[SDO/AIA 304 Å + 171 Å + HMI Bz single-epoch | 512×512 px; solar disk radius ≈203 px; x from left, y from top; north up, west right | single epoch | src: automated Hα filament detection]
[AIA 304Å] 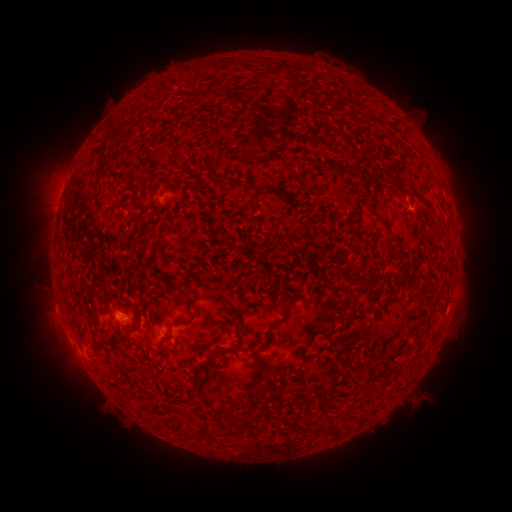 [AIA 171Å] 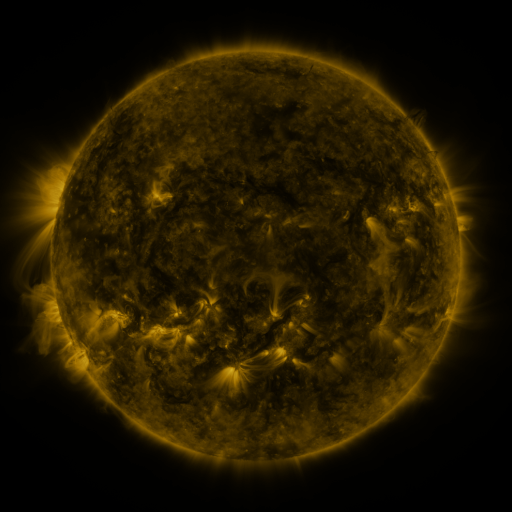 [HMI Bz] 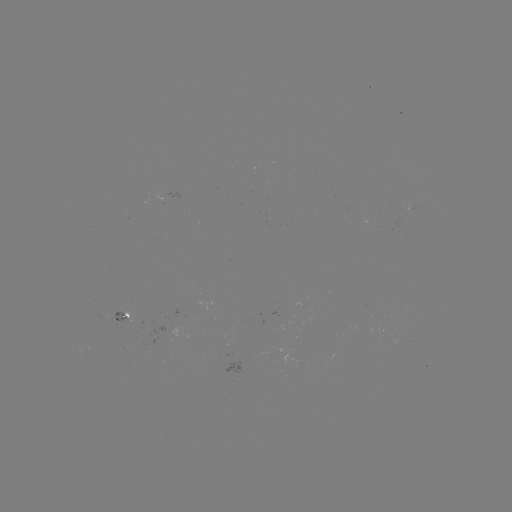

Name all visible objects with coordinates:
filament: (225, 67)
filament: (280, 68)
filament: (204, 69)
filament: (301, 74)
filament: (111, 132)
filament: (336, 166)
filament: (381, 180)
filament: (244, 183)
filament: (421, 195)
filament: (357, 212)
filament: (378, 216)
filament: (386, 243)
filament: (144, 248)
filament: (289, 305)
filament: (240, 313)
filament: (309, 341)
filament: (393, 355)
filament: (210, 362)
filament: (345, 374)
filament: (199, 380)
filament: (262, 384)
